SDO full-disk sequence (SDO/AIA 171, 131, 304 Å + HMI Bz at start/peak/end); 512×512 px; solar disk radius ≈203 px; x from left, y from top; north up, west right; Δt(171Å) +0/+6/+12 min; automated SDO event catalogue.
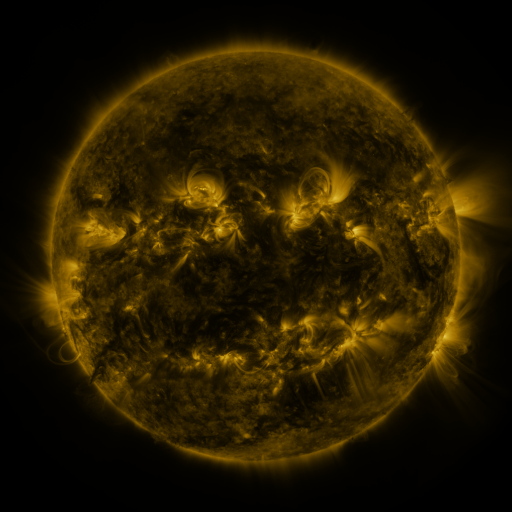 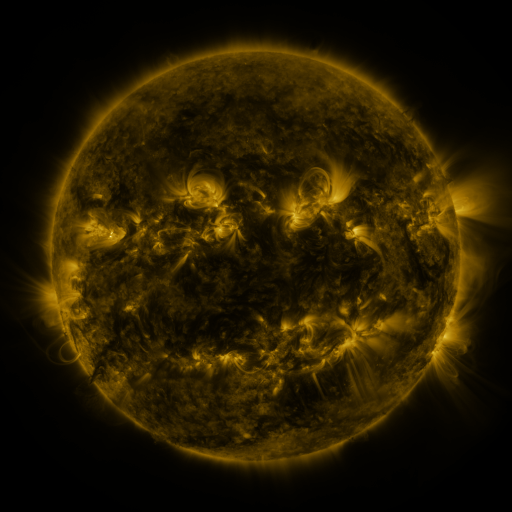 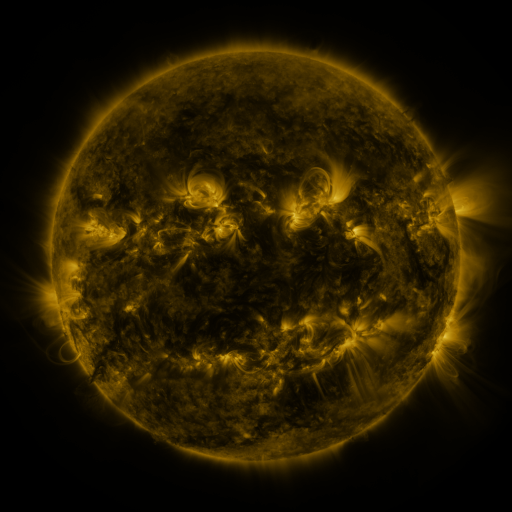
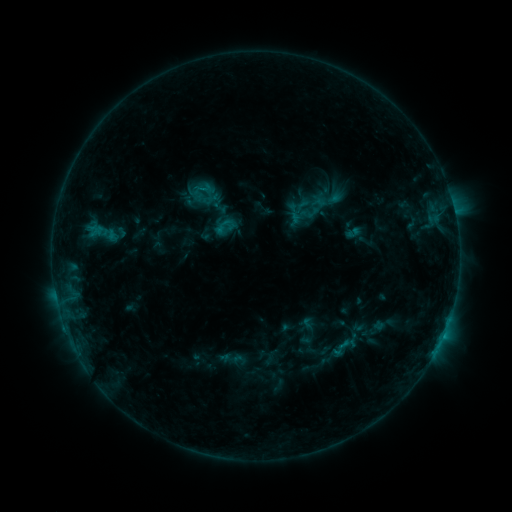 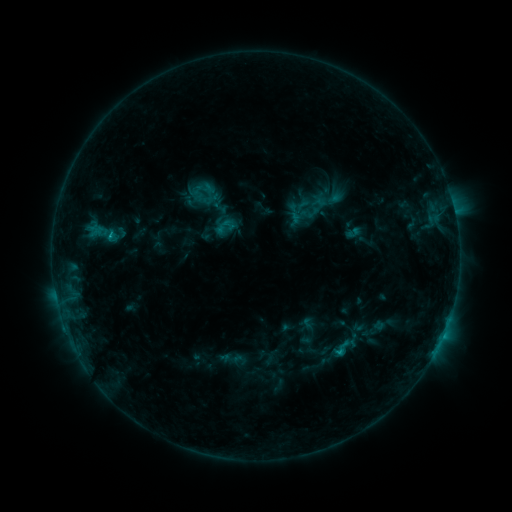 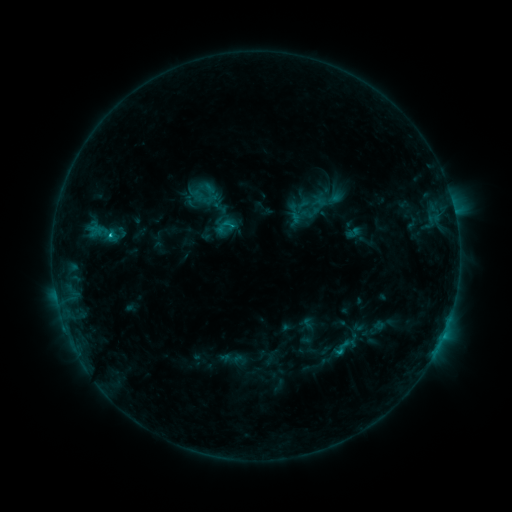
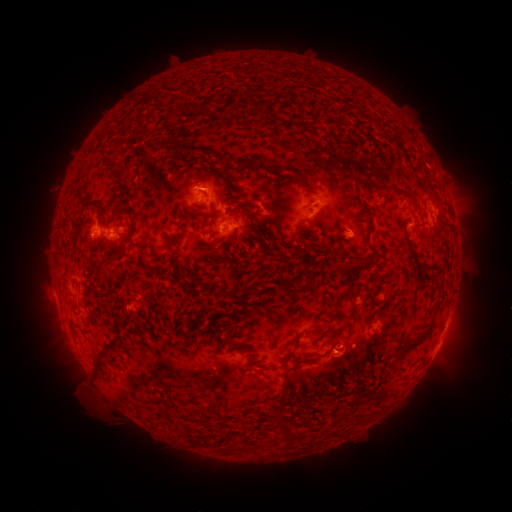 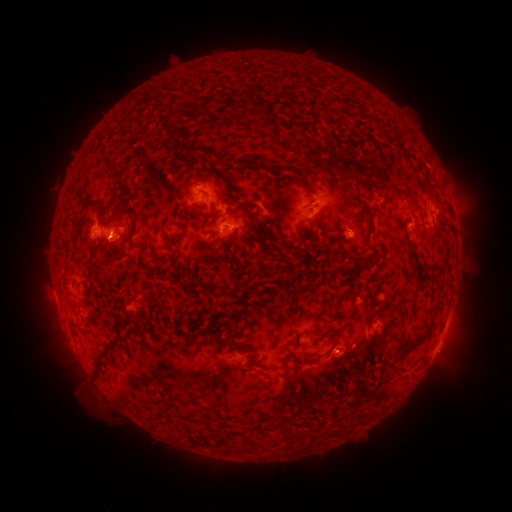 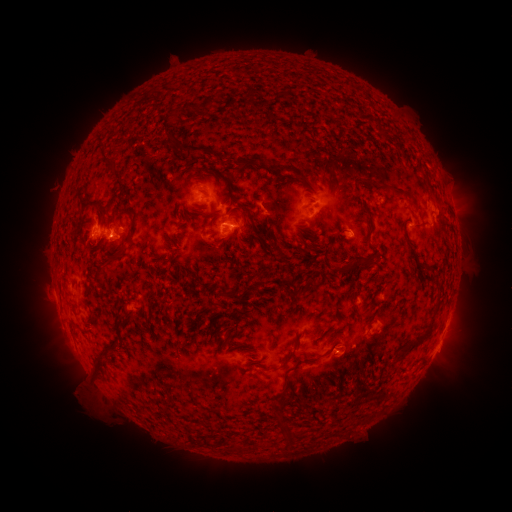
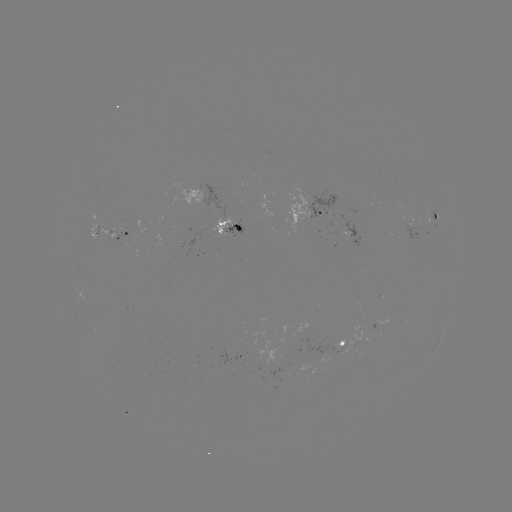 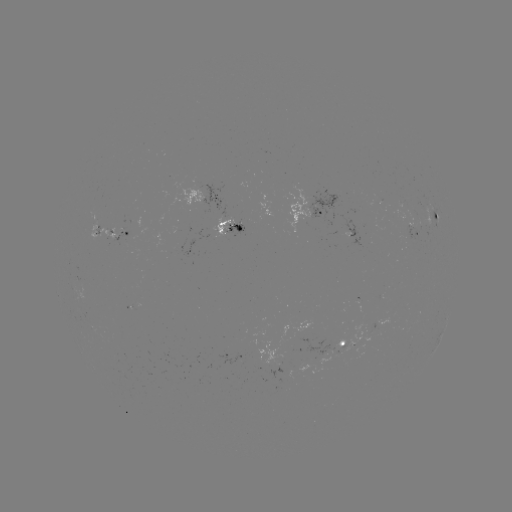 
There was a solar flare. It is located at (110, 237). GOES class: C1.3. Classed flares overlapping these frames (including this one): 1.